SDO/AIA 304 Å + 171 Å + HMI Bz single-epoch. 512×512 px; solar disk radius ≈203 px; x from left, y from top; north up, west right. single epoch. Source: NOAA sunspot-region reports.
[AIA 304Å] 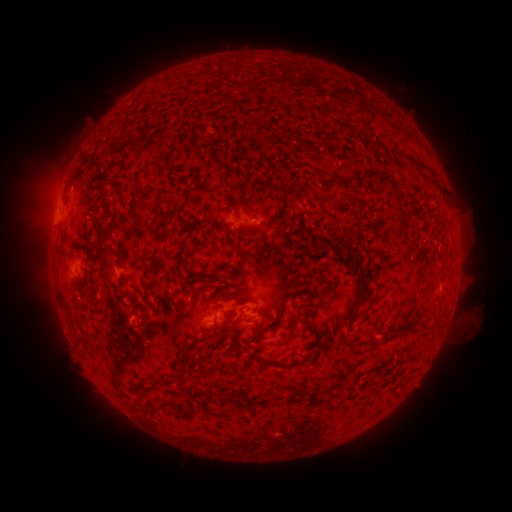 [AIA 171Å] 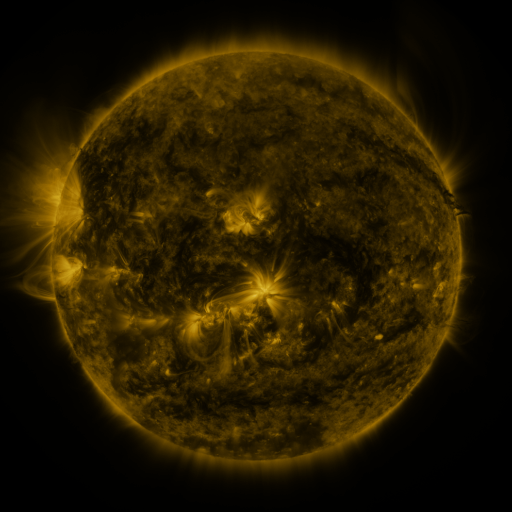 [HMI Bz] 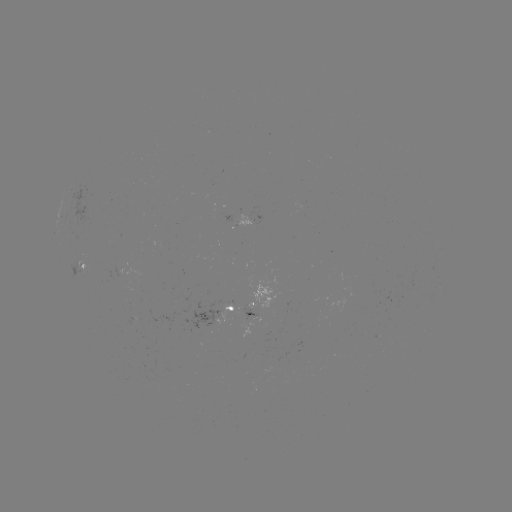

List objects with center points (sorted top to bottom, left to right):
spotted active region: (83, 265)
spotted active region: (262, 303)
spotted active region: (232, 310)
